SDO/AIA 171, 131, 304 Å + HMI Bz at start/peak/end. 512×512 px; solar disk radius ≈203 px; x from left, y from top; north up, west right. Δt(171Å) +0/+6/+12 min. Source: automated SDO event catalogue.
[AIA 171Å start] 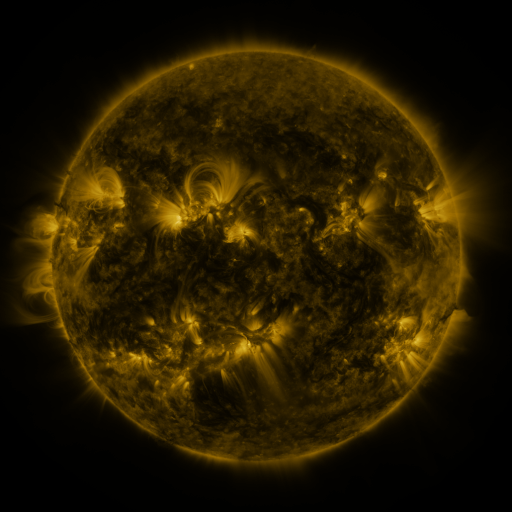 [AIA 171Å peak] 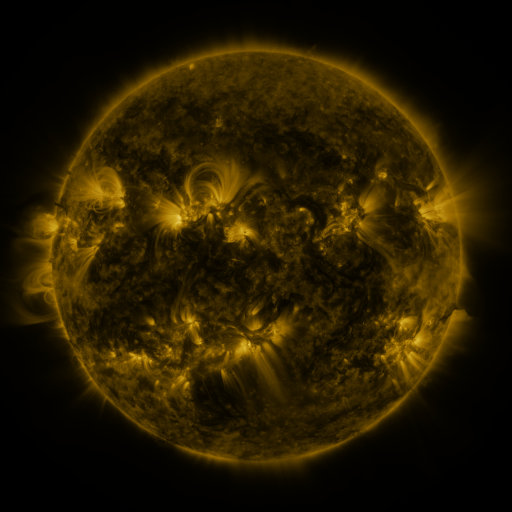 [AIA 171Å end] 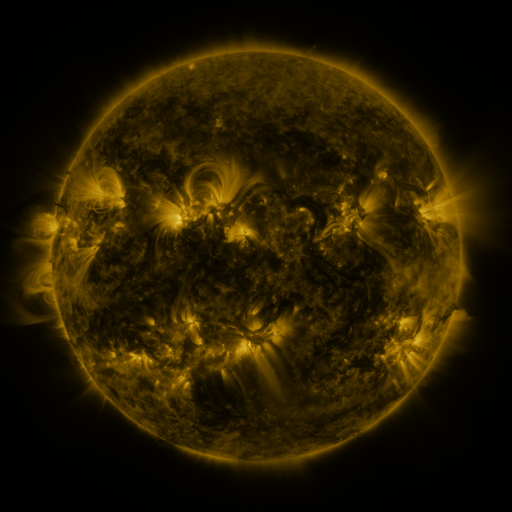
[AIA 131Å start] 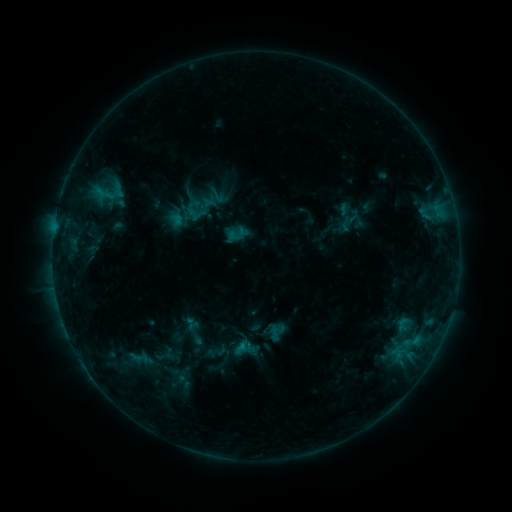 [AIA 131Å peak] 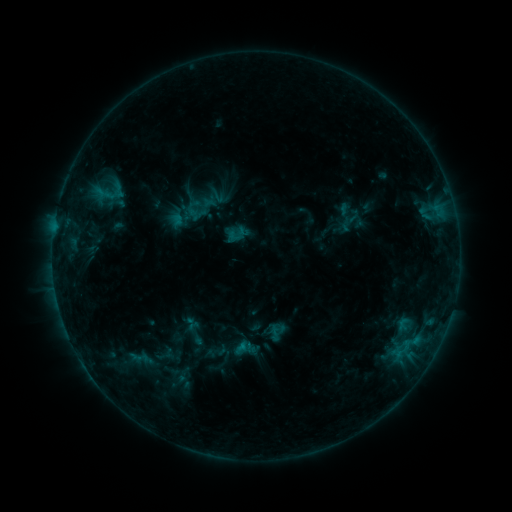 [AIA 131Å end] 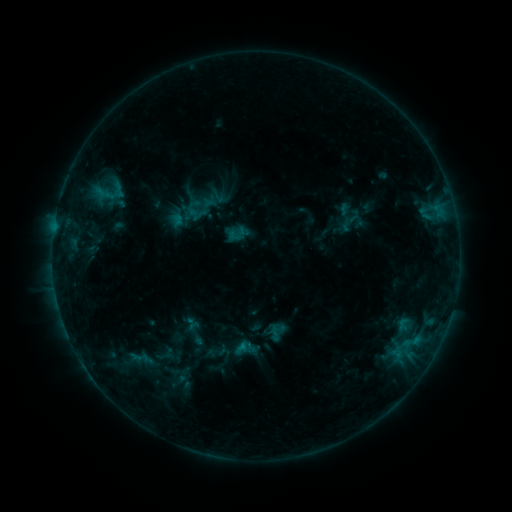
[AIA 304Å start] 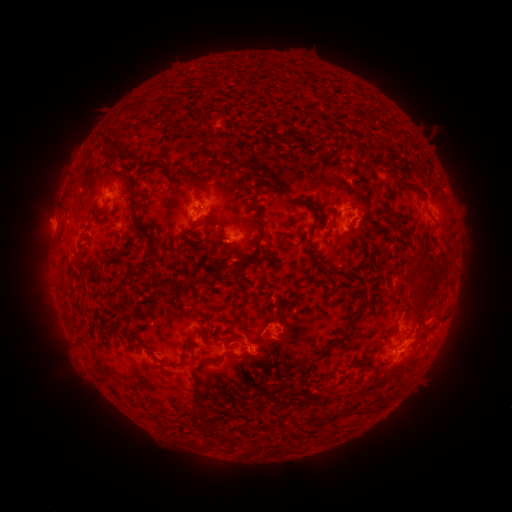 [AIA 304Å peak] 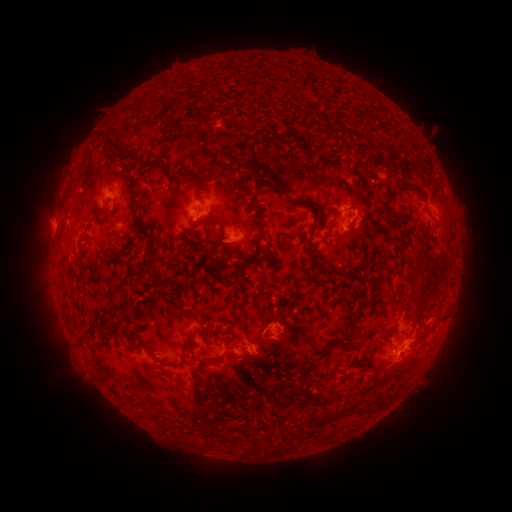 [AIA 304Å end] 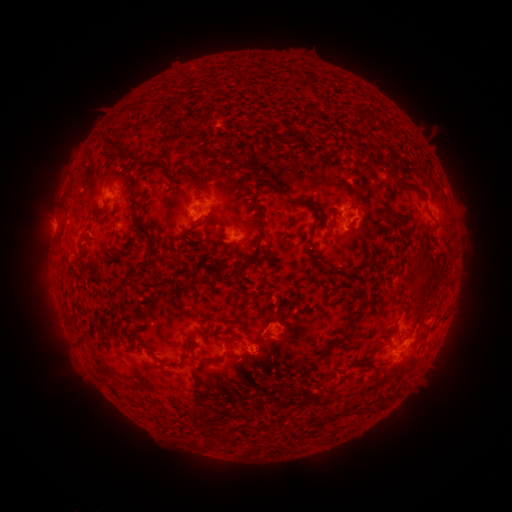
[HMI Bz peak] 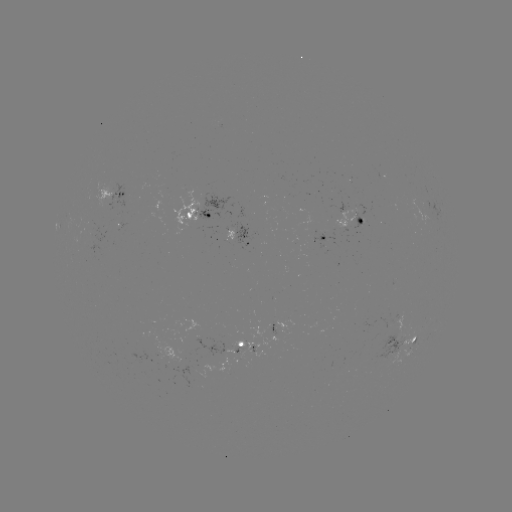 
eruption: [394, 328, 438, 375]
